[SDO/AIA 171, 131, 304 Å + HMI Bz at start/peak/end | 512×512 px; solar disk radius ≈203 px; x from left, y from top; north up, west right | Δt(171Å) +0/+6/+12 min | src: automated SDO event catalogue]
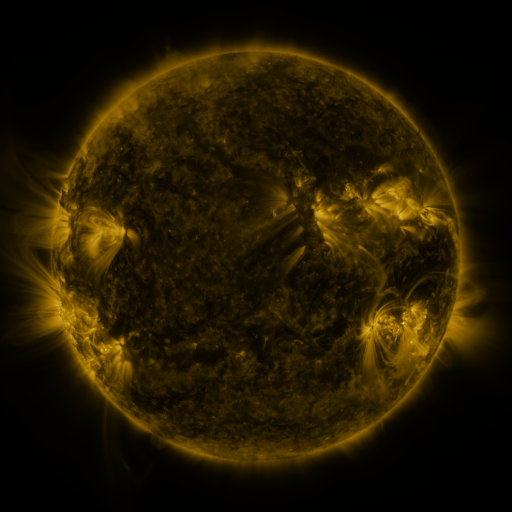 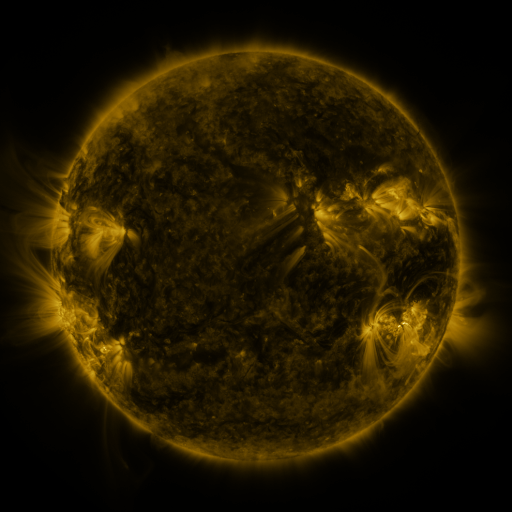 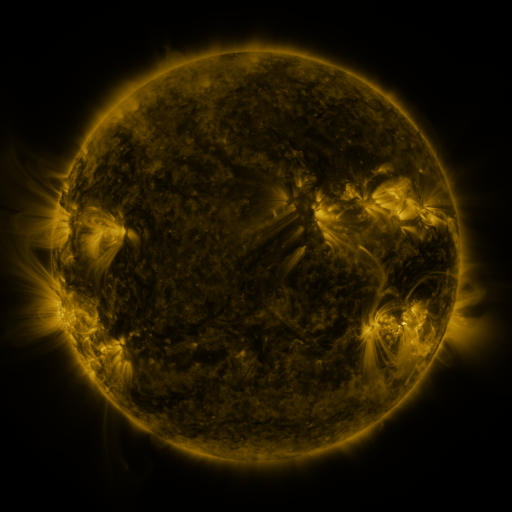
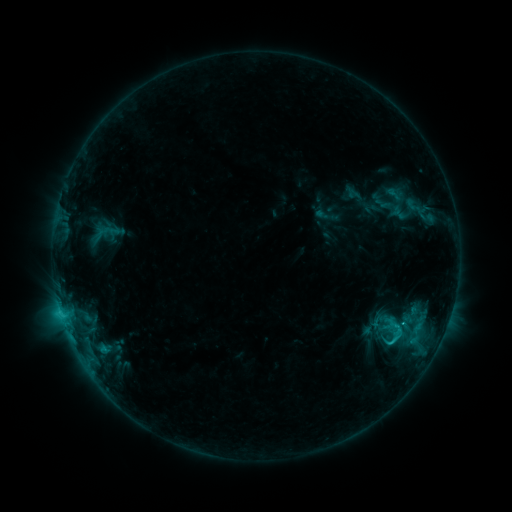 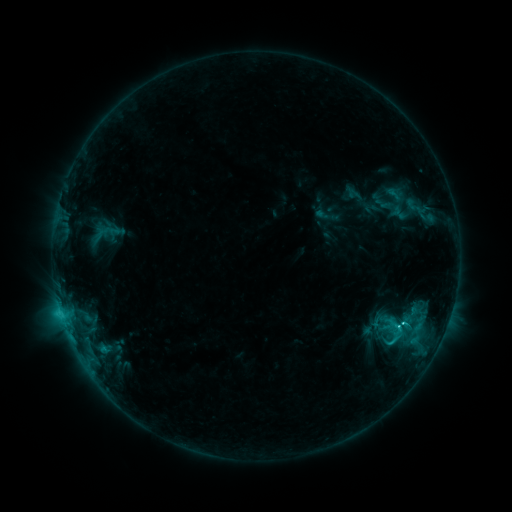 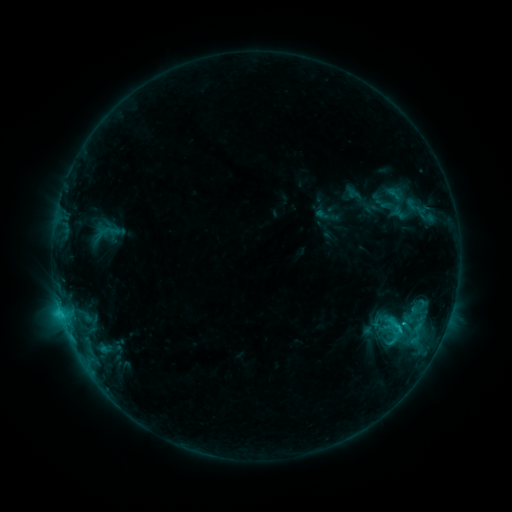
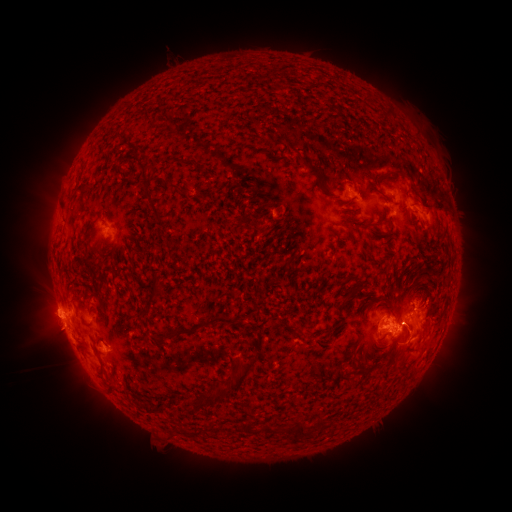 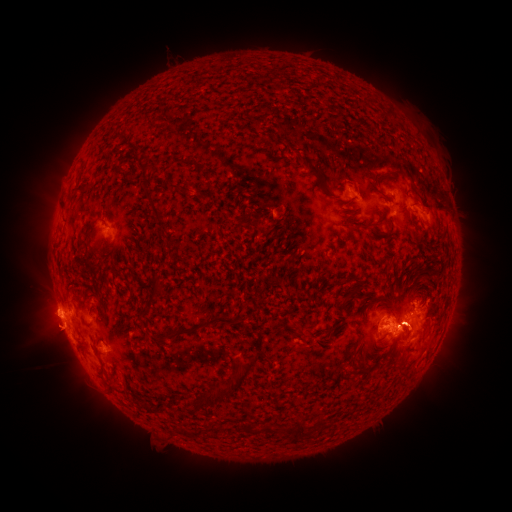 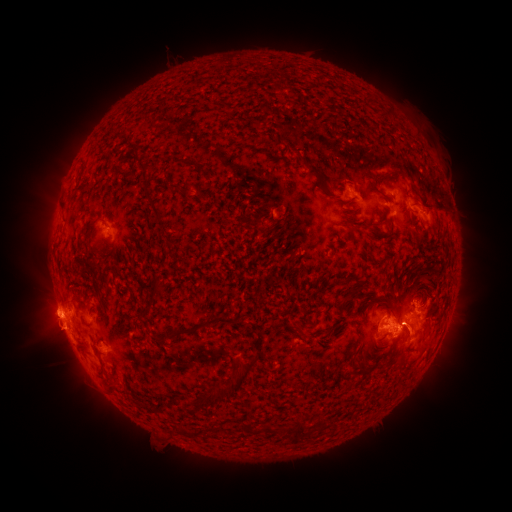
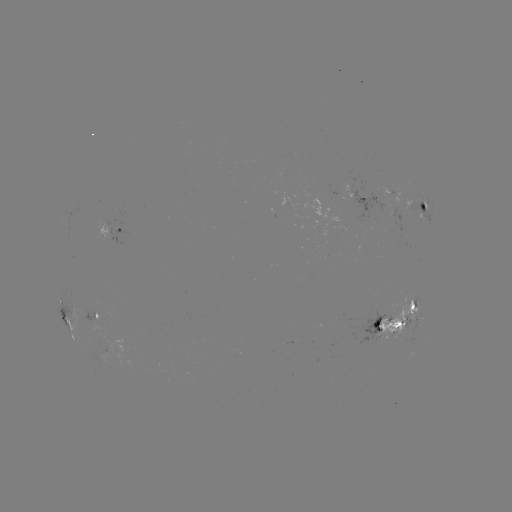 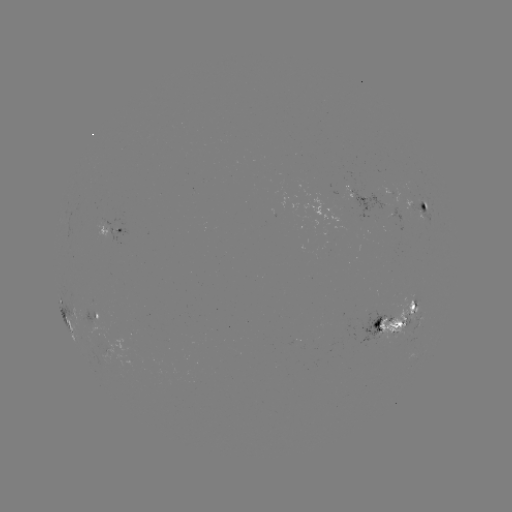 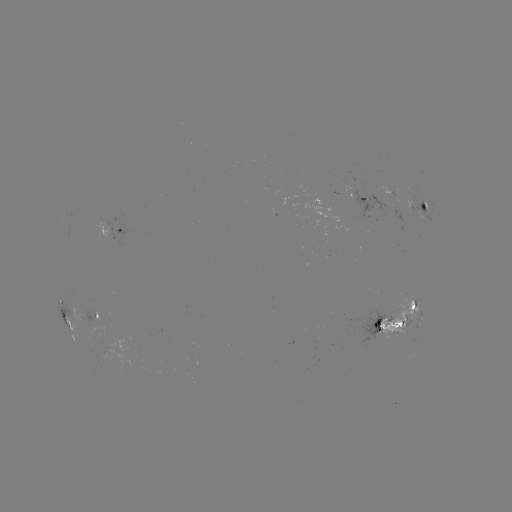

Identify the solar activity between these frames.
eruption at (415, 339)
